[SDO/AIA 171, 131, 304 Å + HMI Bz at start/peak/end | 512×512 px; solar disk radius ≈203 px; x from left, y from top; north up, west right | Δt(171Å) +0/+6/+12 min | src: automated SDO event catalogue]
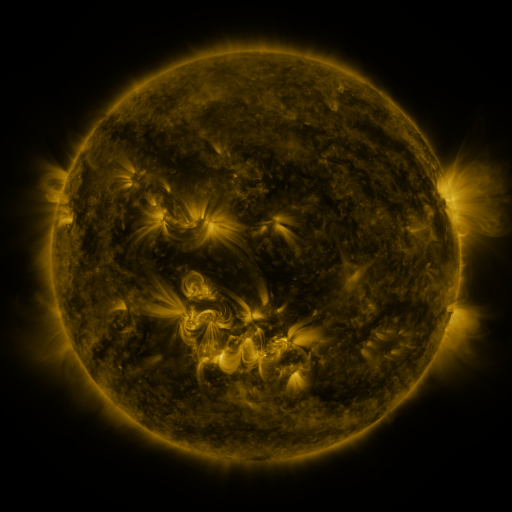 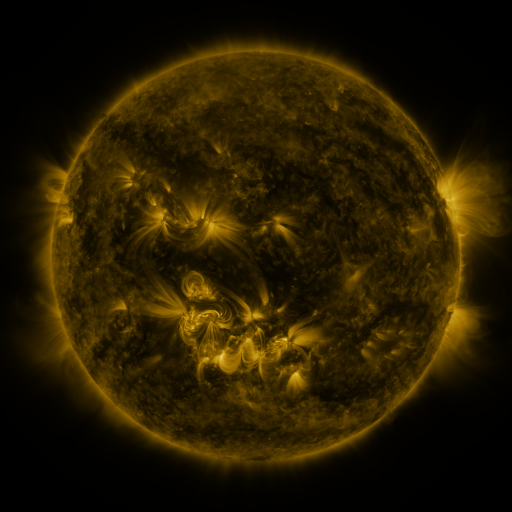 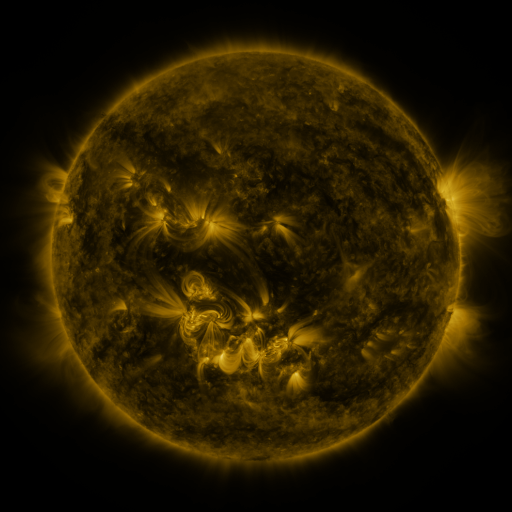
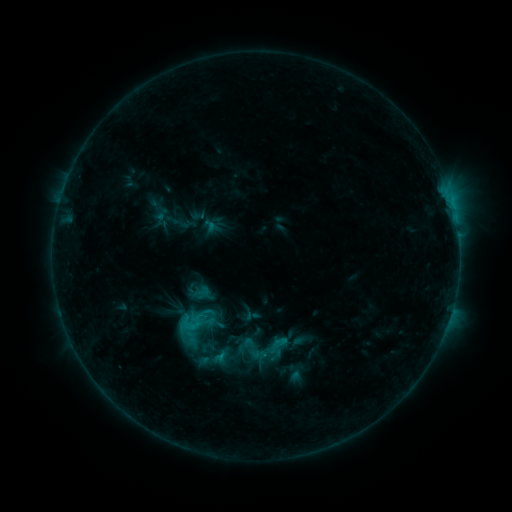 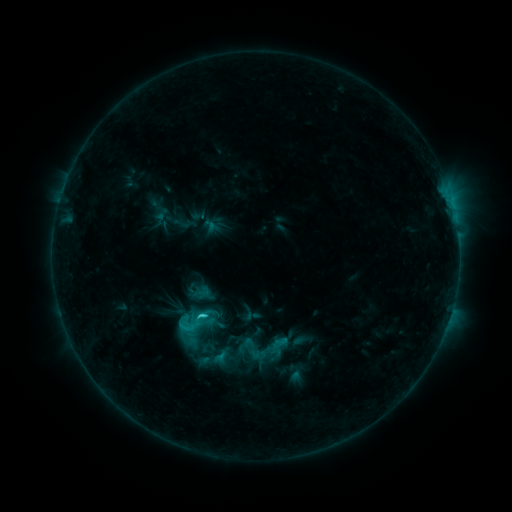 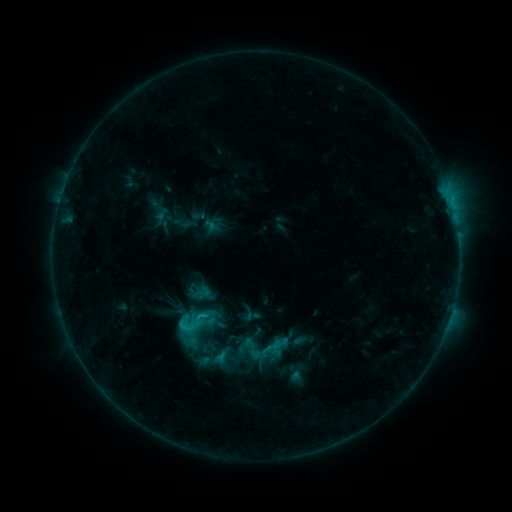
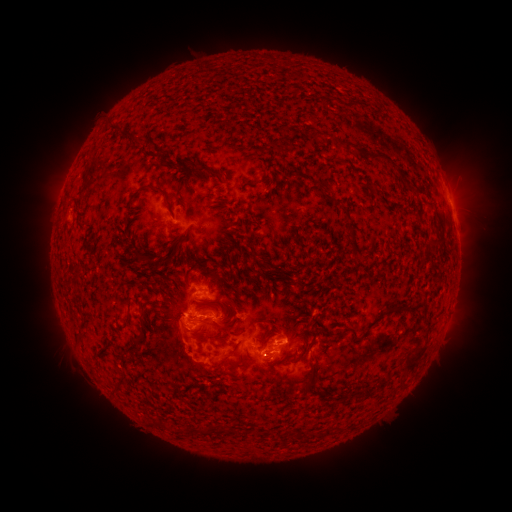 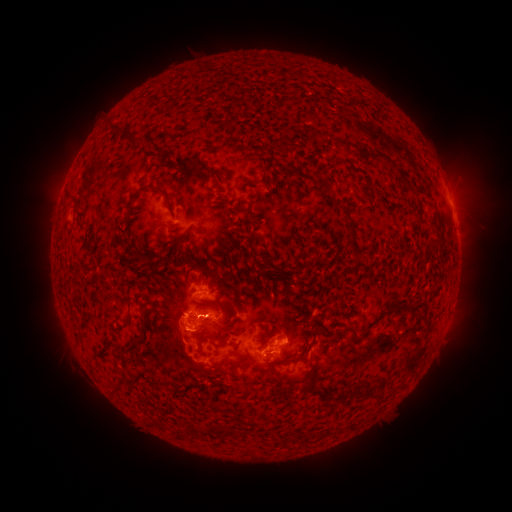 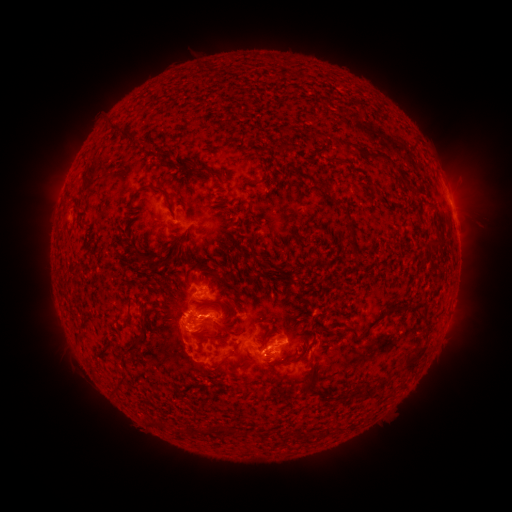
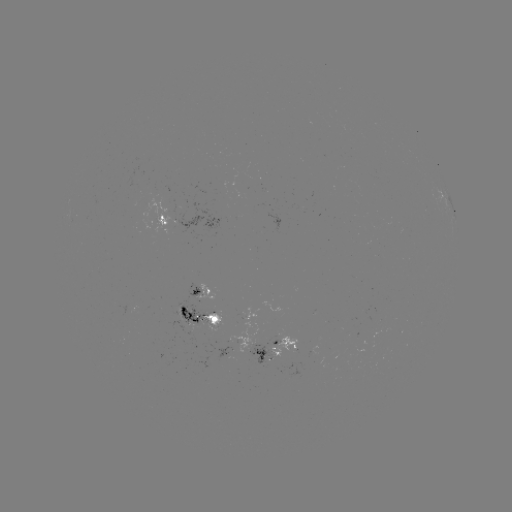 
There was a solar flare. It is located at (205, 315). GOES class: C2.7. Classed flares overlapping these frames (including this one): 1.